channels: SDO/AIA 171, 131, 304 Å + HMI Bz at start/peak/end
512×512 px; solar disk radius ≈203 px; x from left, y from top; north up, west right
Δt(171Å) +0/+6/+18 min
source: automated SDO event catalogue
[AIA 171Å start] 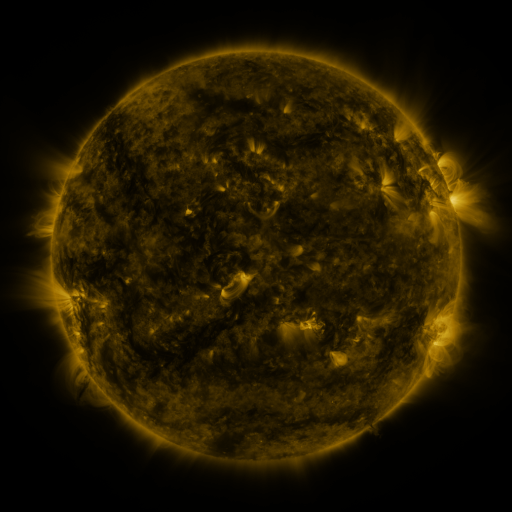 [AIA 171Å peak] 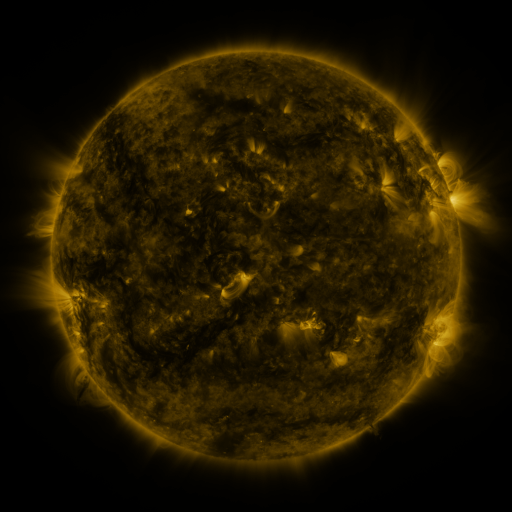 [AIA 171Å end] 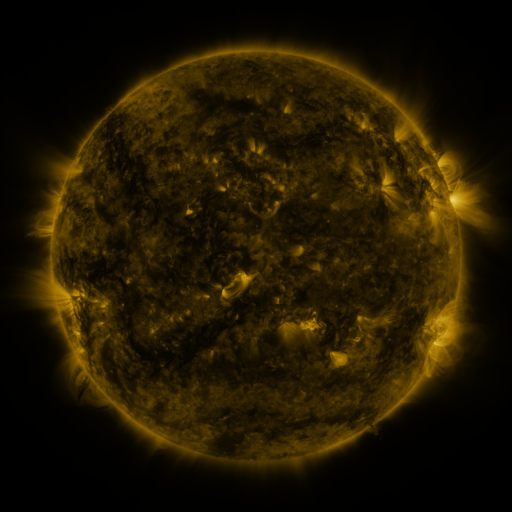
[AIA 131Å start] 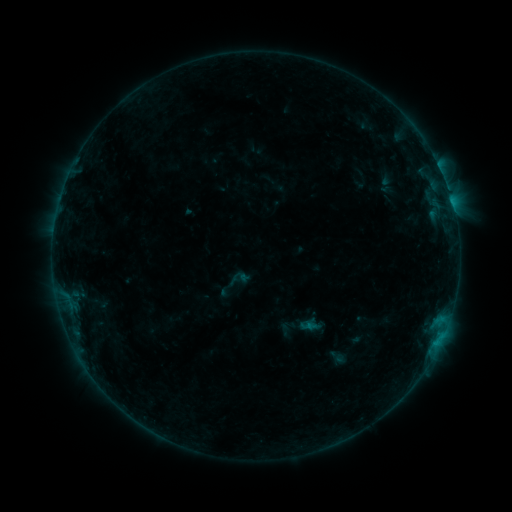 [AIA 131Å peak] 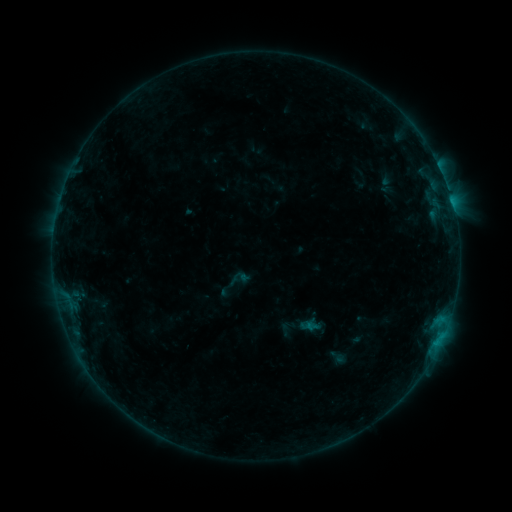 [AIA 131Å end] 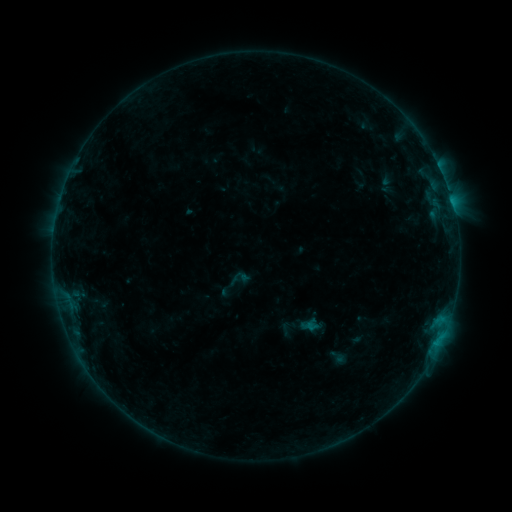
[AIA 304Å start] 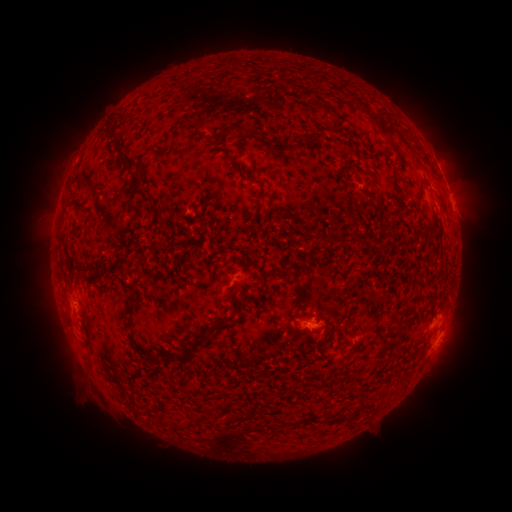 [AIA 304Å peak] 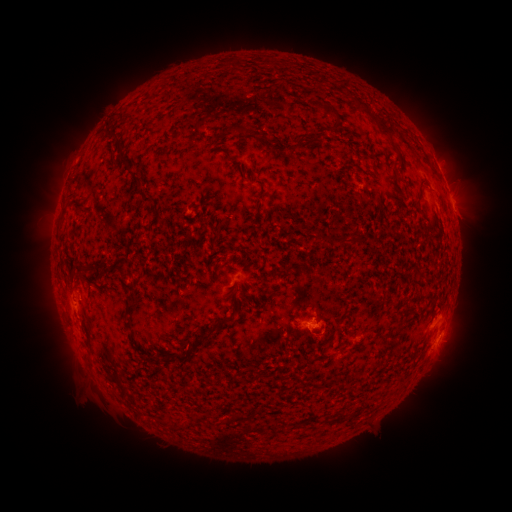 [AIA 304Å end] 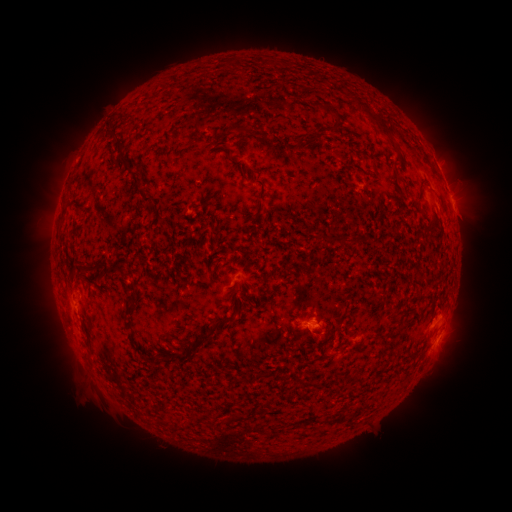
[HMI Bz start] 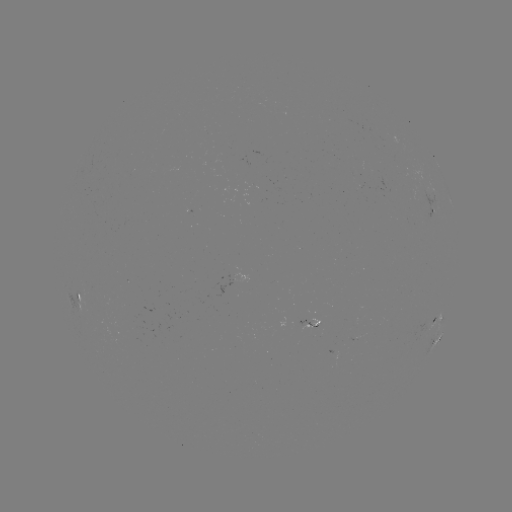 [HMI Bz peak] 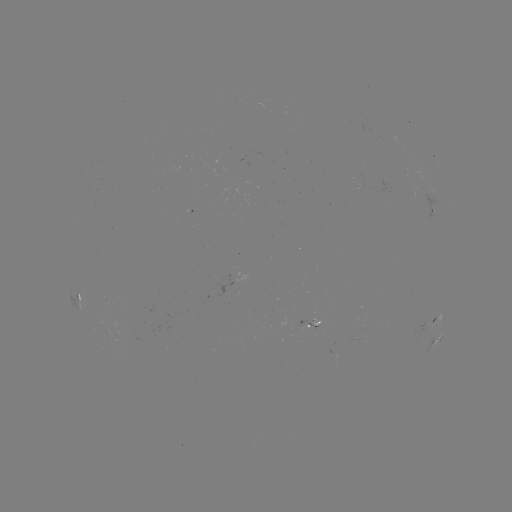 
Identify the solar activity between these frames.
nothing was catalogued: no classed flare, no EUV trigger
